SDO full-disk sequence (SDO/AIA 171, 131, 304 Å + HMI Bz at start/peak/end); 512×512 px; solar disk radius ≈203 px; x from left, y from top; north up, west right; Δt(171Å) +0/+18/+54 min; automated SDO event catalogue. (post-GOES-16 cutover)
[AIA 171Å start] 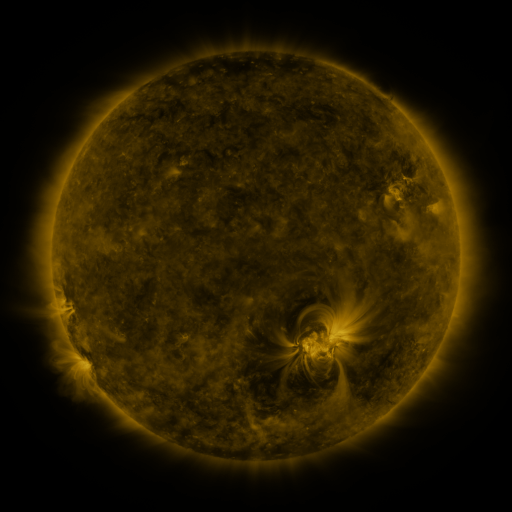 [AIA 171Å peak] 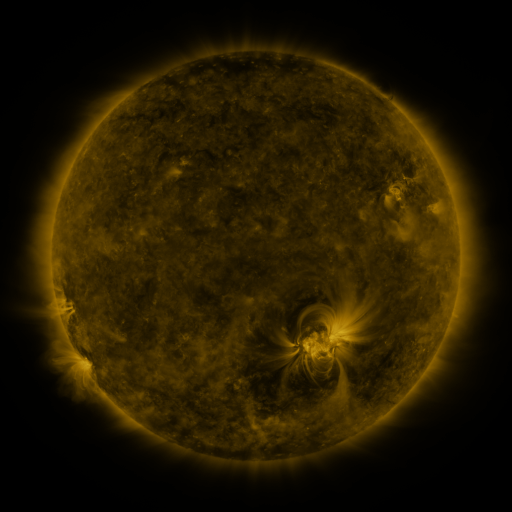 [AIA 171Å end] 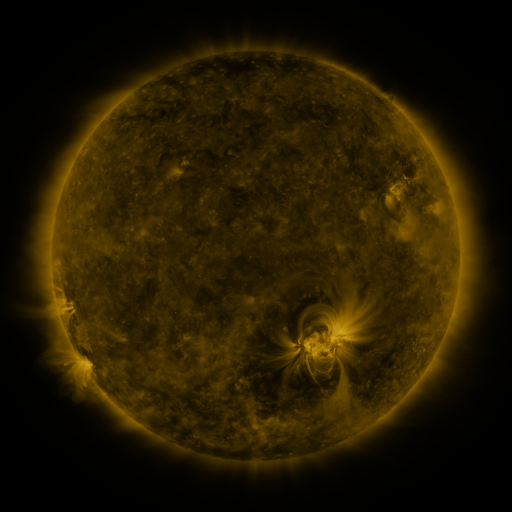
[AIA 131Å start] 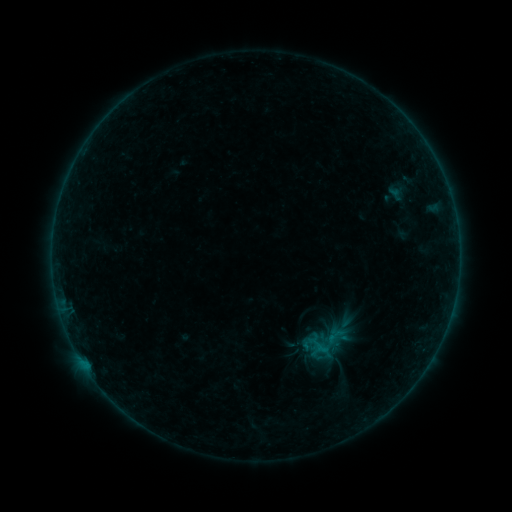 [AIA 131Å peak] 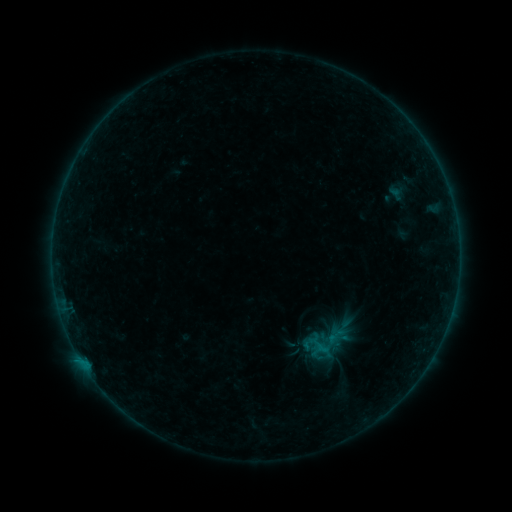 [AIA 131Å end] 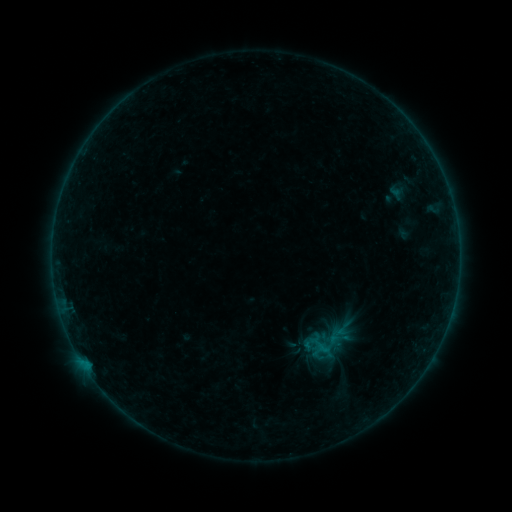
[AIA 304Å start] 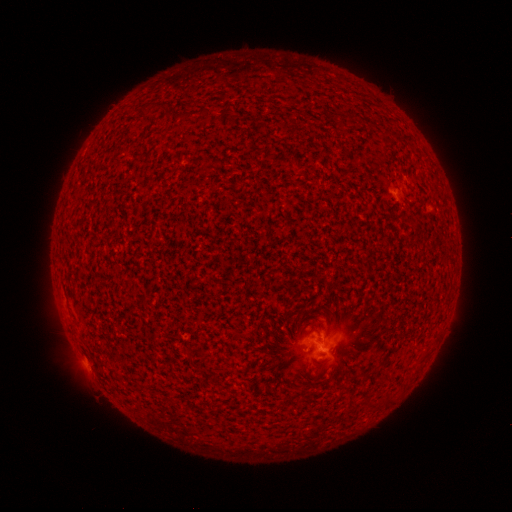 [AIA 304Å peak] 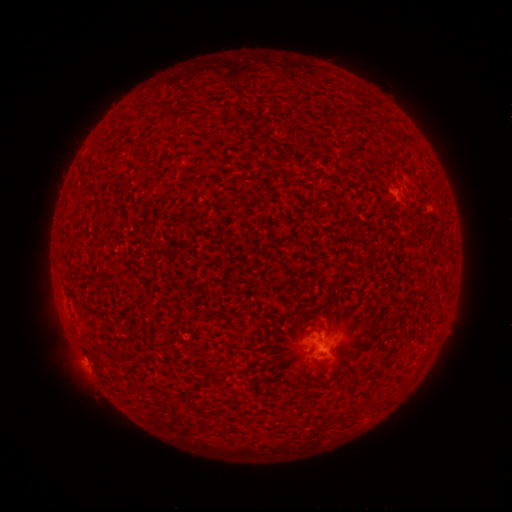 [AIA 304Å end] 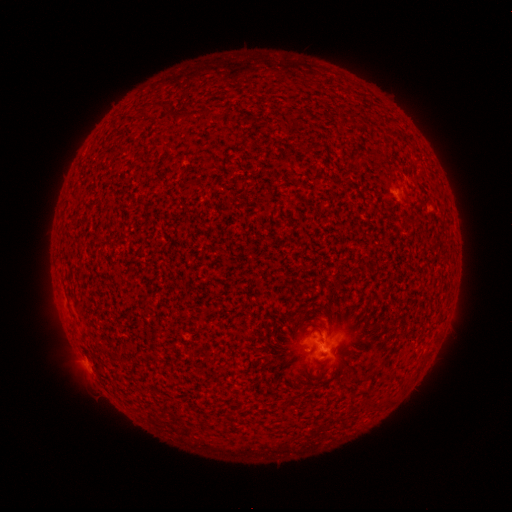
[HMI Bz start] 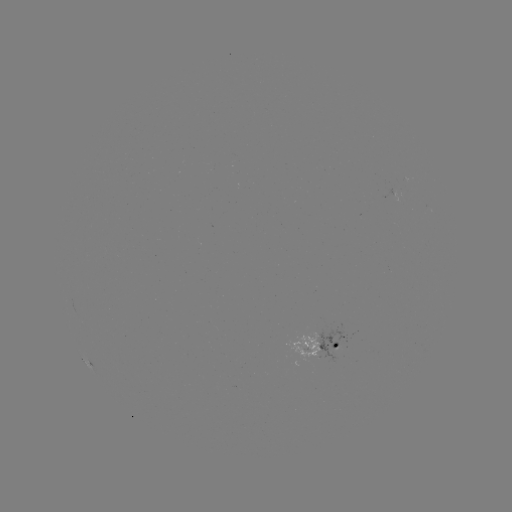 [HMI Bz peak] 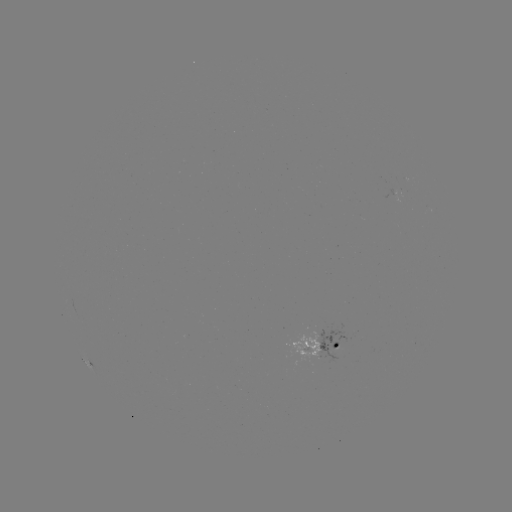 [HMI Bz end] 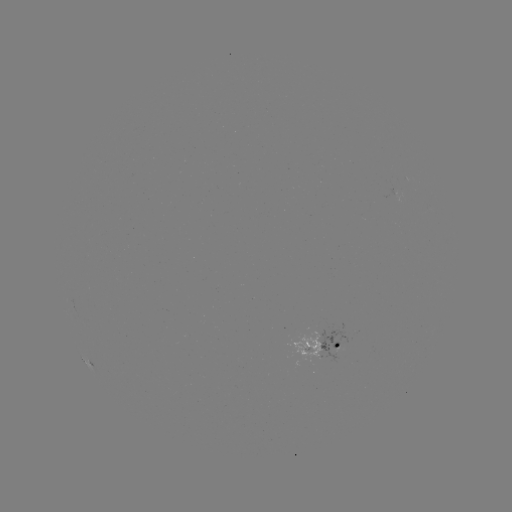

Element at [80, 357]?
B2.9 flare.